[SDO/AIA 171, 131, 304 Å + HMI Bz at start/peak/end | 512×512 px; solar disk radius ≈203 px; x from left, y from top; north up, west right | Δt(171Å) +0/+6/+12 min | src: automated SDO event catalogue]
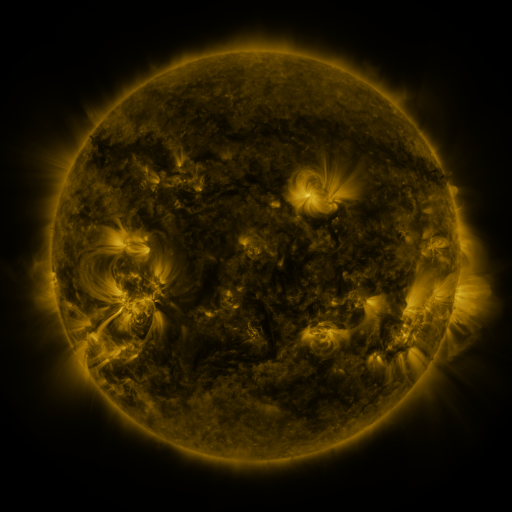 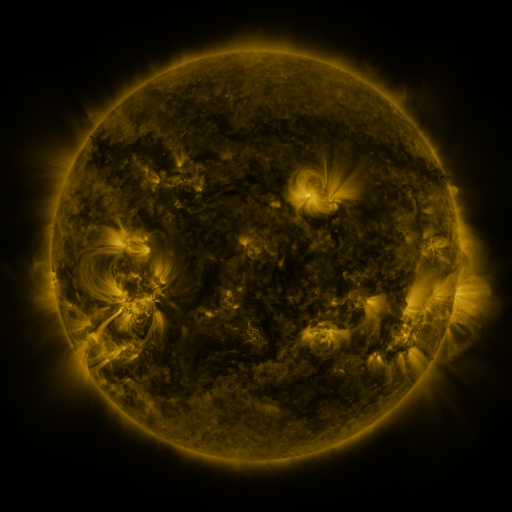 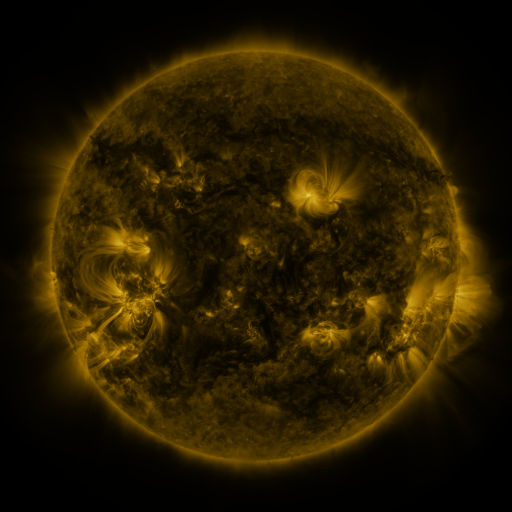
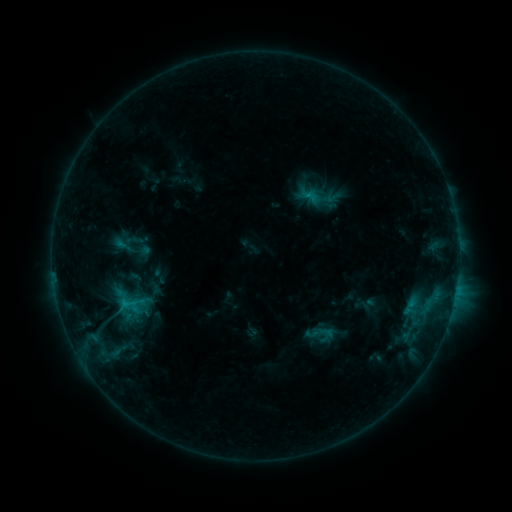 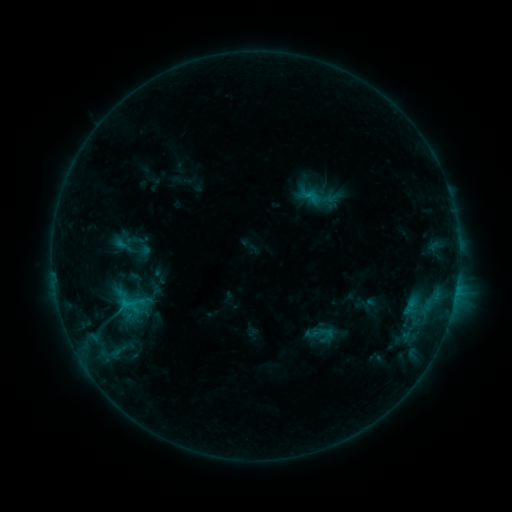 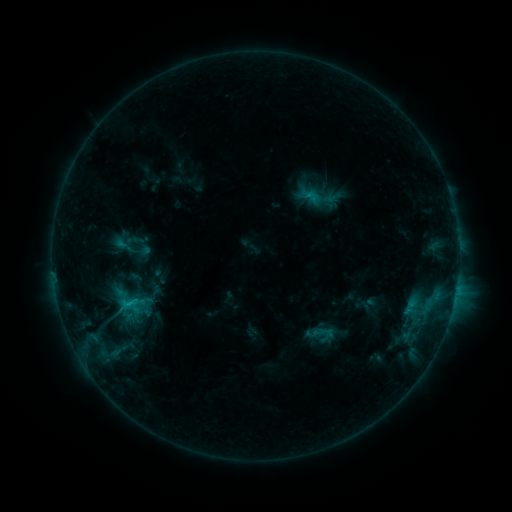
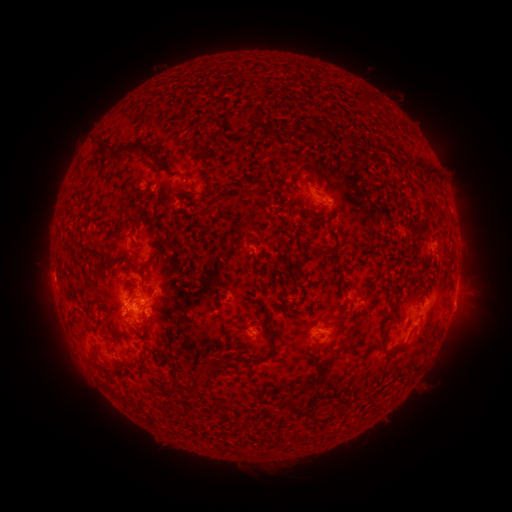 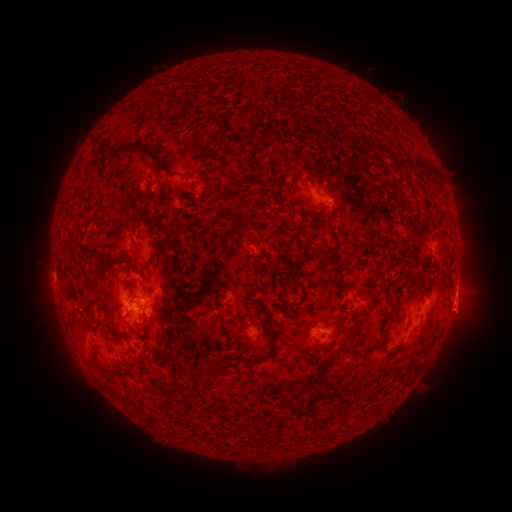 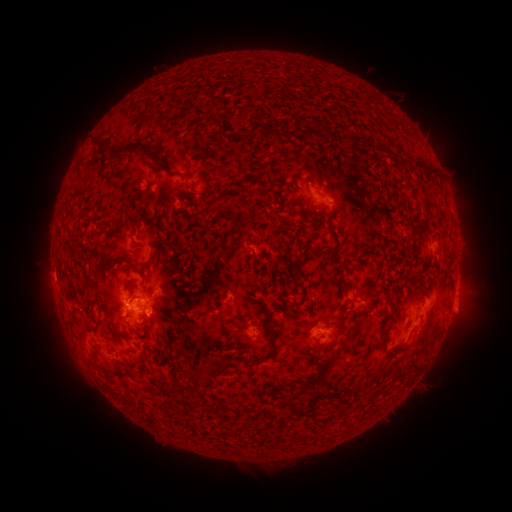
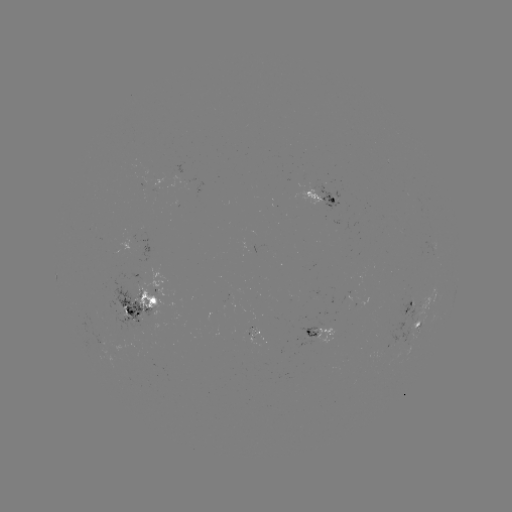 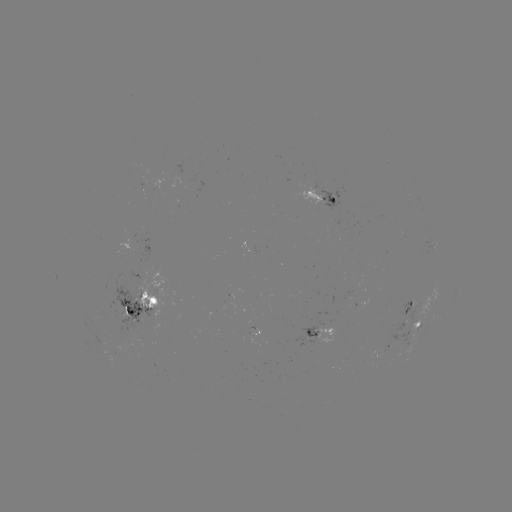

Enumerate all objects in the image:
eruption: (463, 314)
